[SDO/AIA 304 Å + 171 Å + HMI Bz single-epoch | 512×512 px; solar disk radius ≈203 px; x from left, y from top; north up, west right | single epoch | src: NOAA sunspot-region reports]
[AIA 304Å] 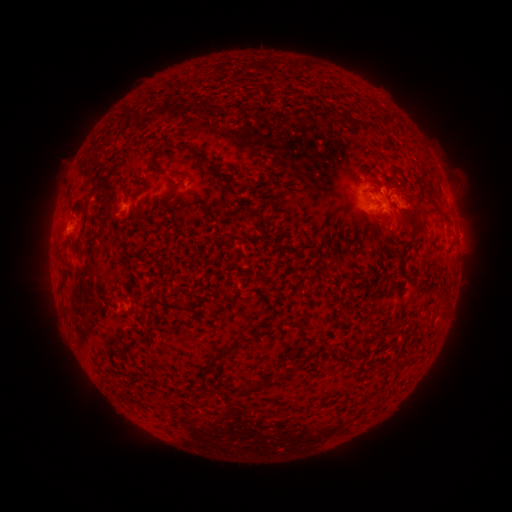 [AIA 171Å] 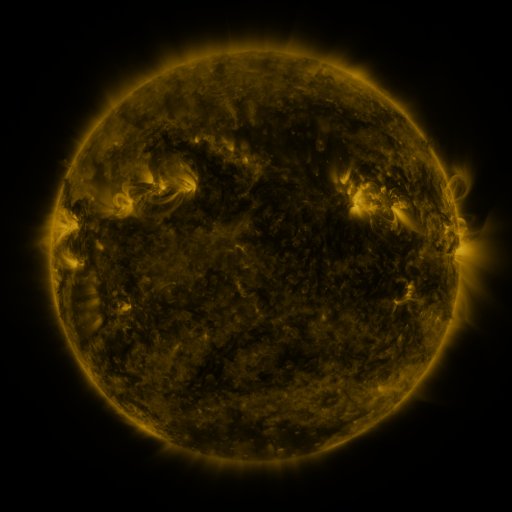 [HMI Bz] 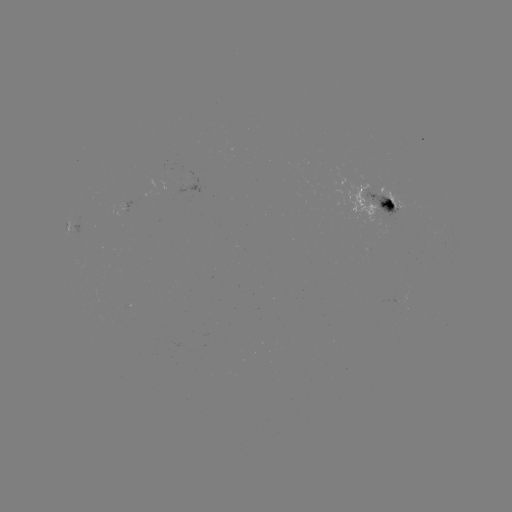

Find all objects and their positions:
spotted active region: (376, 205)
spotted active region: (77, 222)
spotted active region: (454, 224)
